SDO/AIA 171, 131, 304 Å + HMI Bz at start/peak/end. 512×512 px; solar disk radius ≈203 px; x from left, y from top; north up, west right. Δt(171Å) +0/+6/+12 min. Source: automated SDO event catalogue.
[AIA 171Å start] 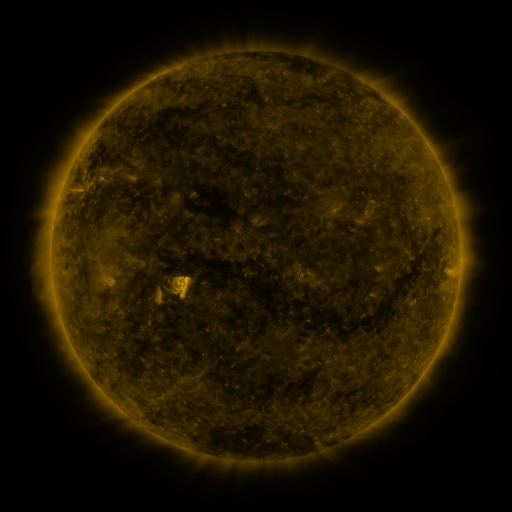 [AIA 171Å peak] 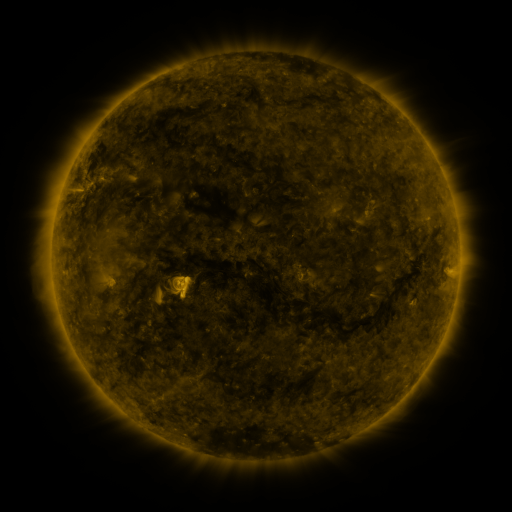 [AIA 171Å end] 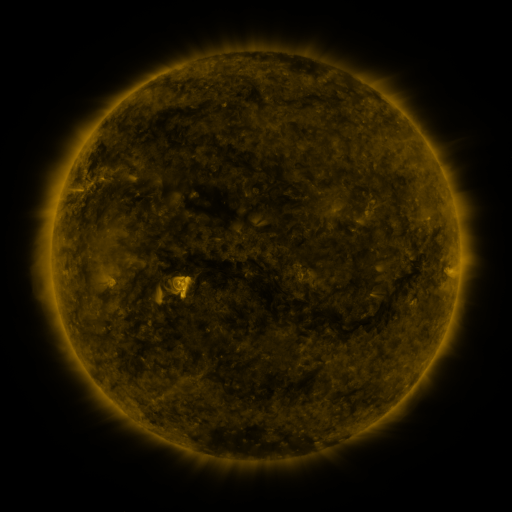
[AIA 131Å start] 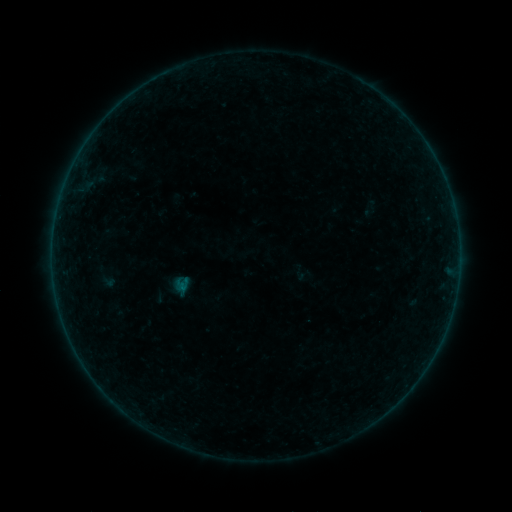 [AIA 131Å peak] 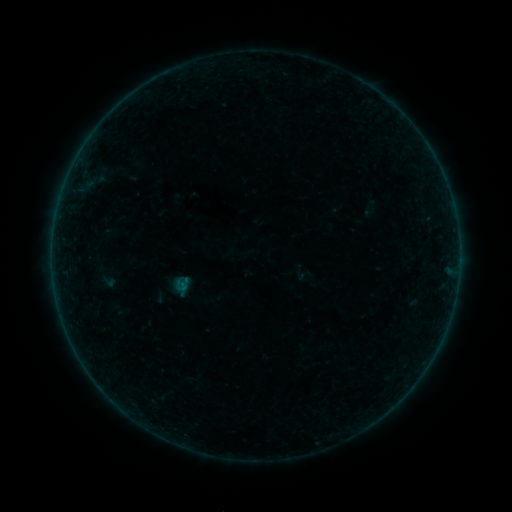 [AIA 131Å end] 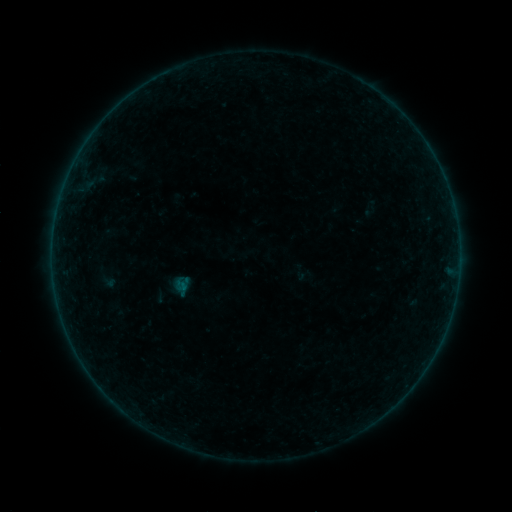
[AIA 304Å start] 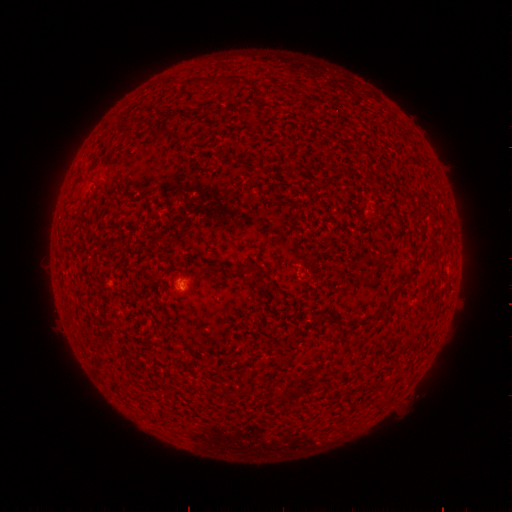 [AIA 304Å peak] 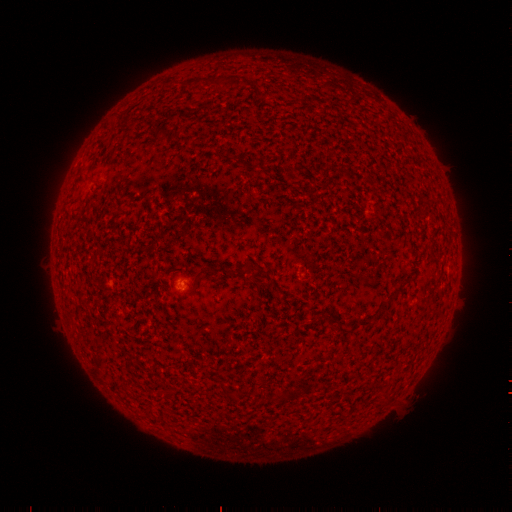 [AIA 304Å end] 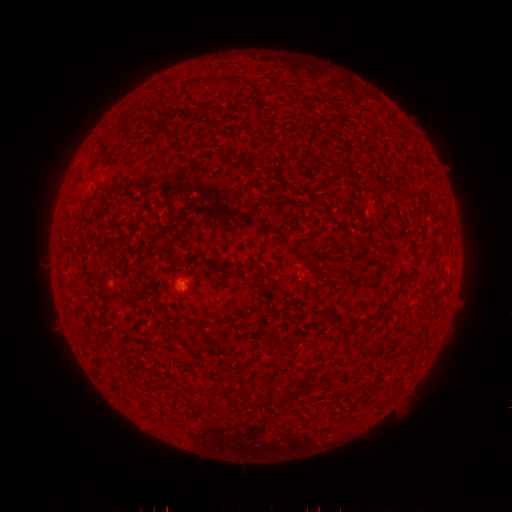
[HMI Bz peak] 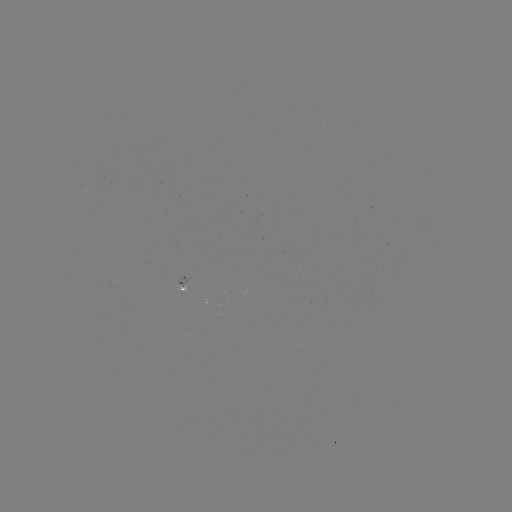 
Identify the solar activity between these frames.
no classed flare was catalogued and no EUV brightening was flagged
